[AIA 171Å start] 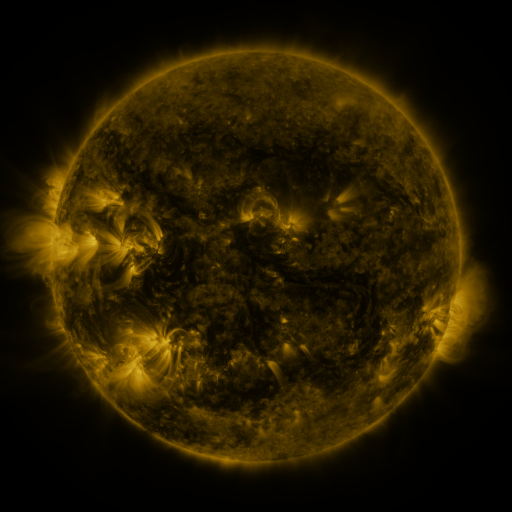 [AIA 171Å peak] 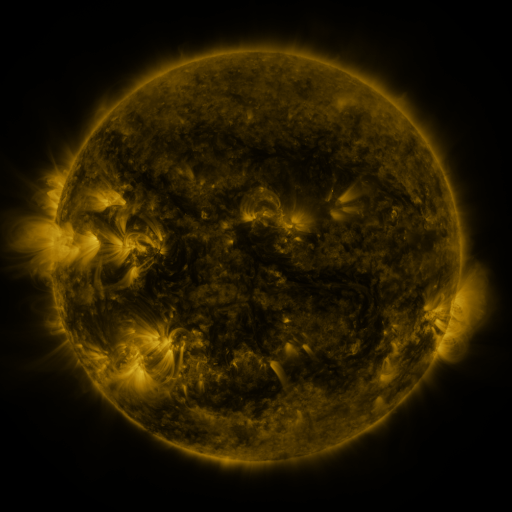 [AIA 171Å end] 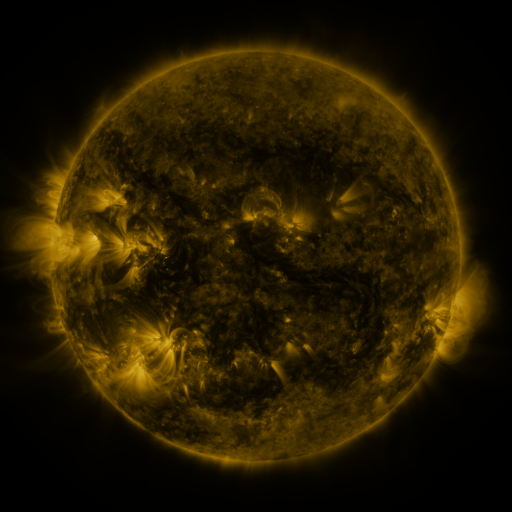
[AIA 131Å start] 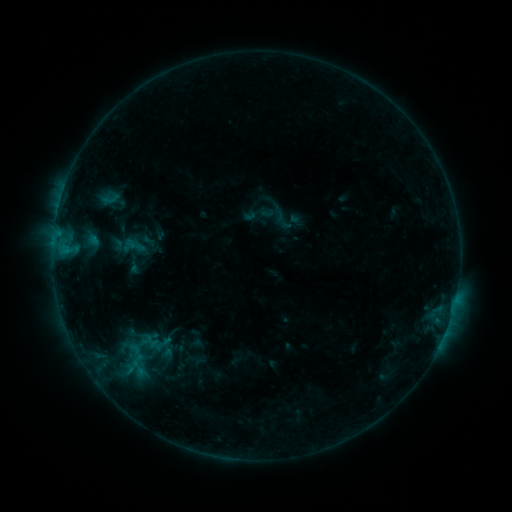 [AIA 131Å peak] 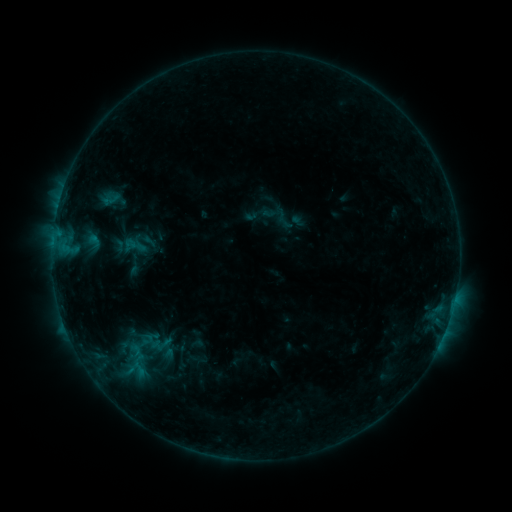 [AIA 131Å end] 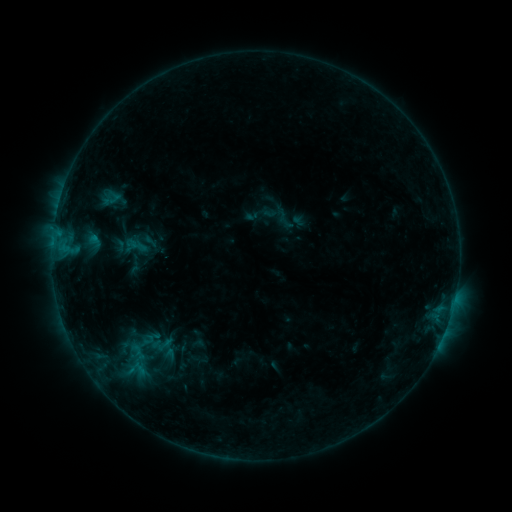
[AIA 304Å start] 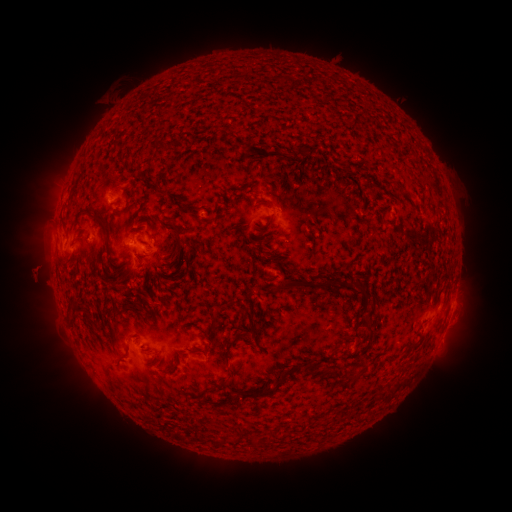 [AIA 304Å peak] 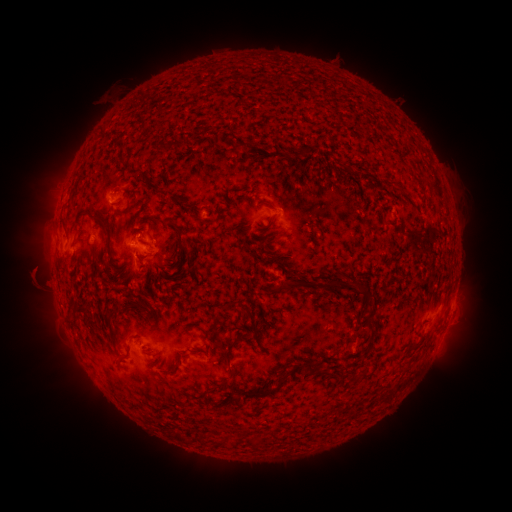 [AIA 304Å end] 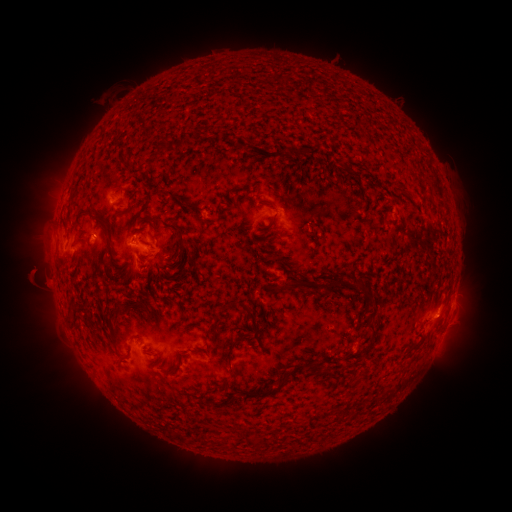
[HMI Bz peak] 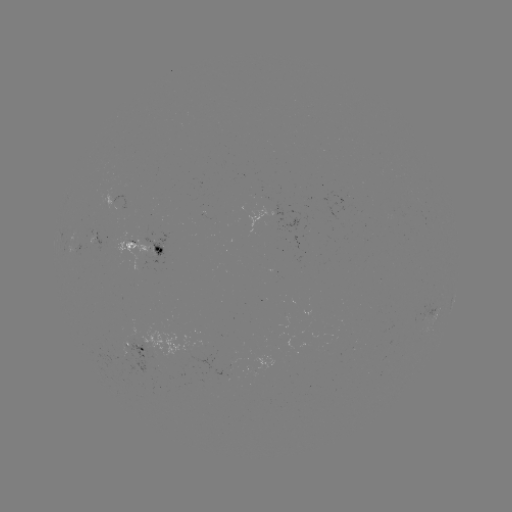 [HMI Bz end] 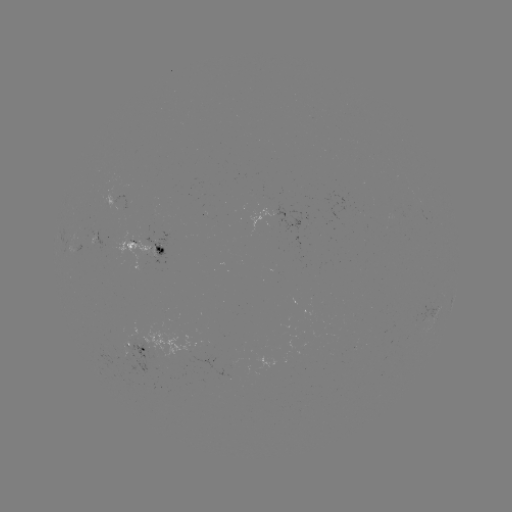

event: emerging-flux region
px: (275, 269)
